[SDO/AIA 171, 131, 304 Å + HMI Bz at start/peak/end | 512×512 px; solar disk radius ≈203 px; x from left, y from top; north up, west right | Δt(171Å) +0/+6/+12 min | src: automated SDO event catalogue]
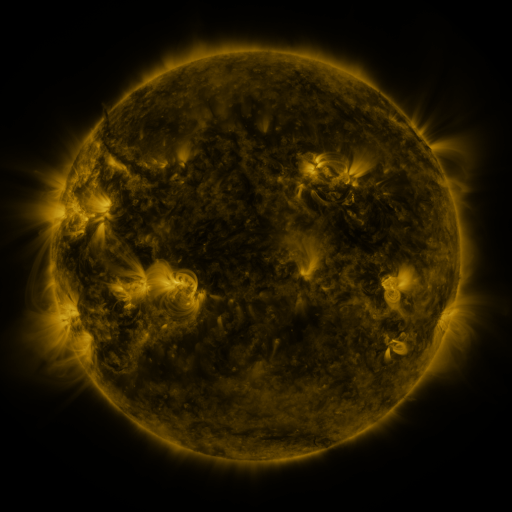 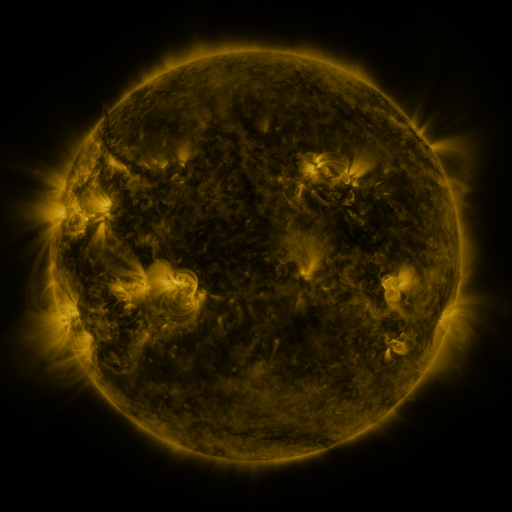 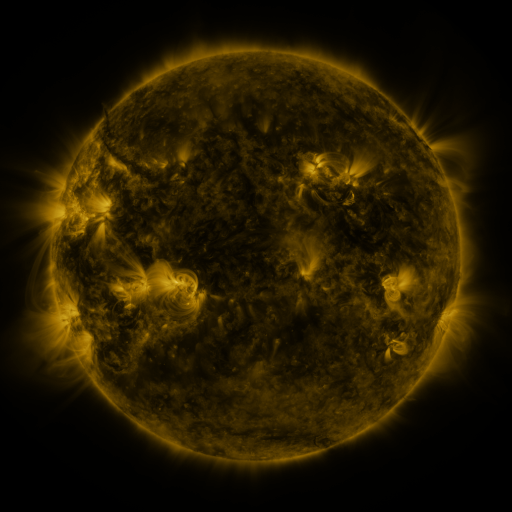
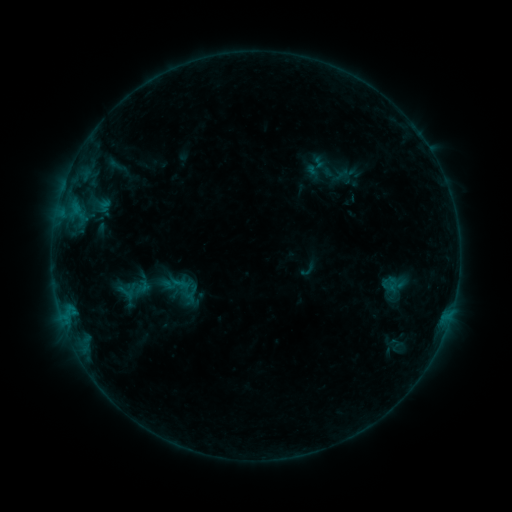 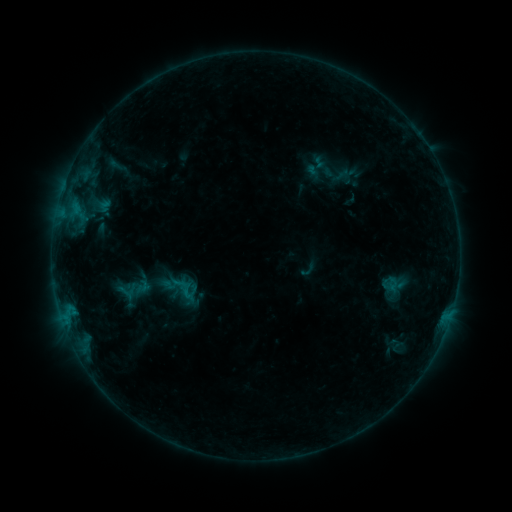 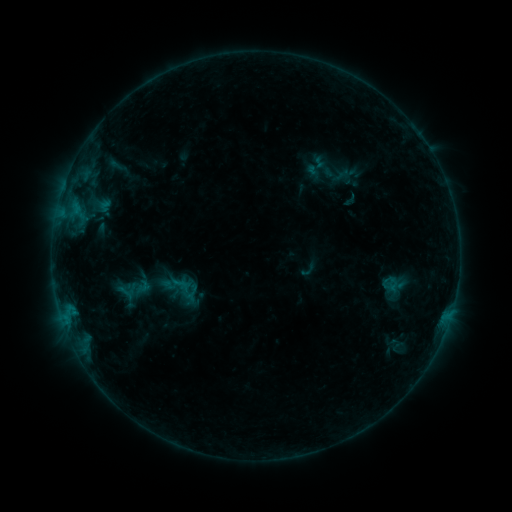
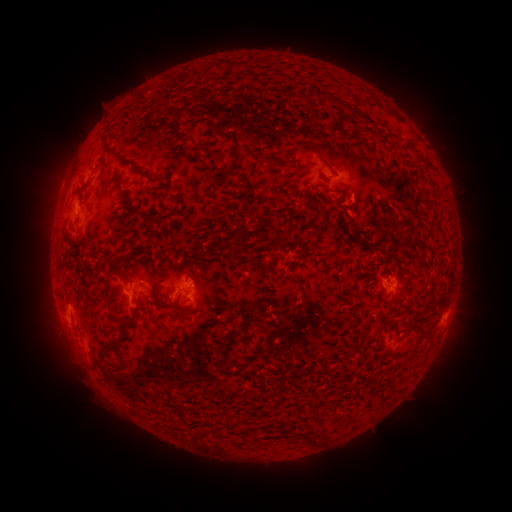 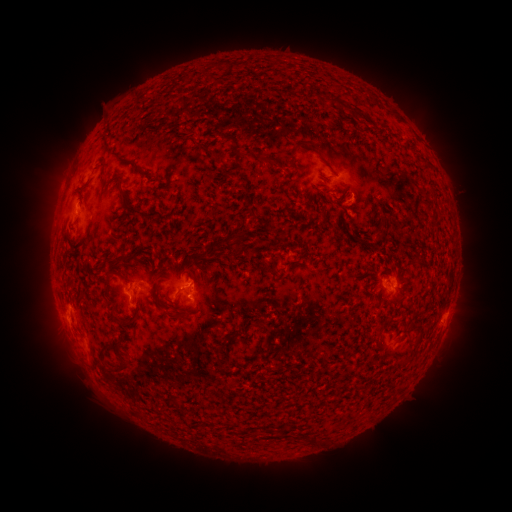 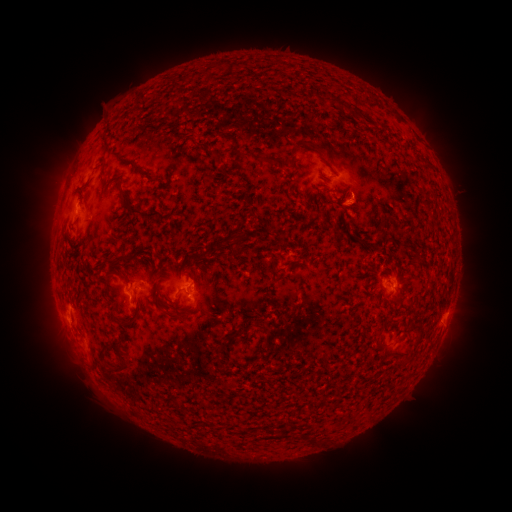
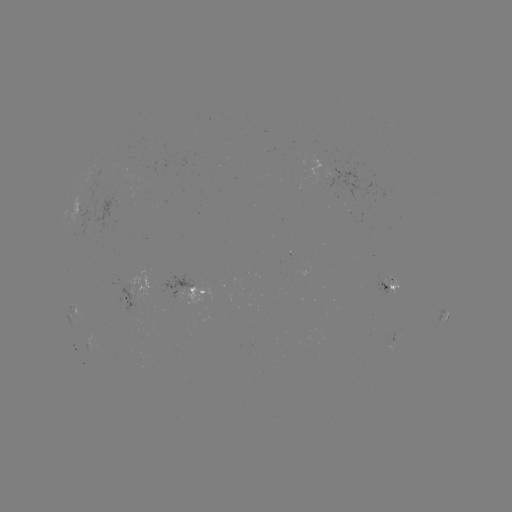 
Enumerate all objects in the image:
B4.6 flare: (189, 292)
